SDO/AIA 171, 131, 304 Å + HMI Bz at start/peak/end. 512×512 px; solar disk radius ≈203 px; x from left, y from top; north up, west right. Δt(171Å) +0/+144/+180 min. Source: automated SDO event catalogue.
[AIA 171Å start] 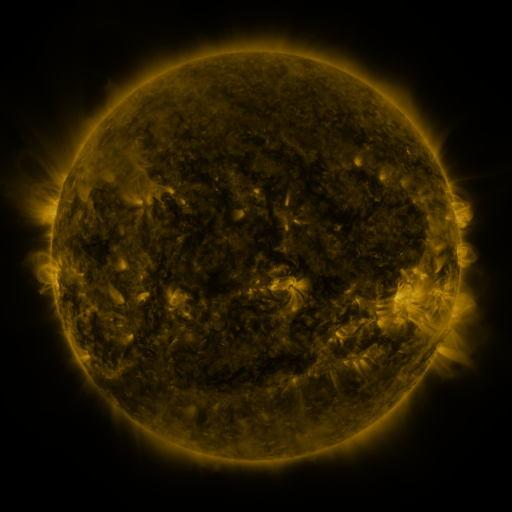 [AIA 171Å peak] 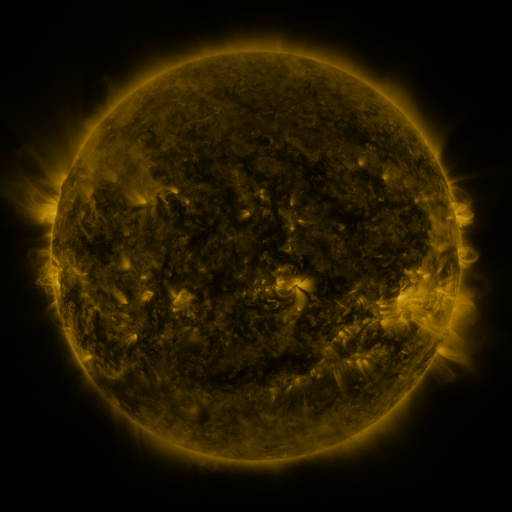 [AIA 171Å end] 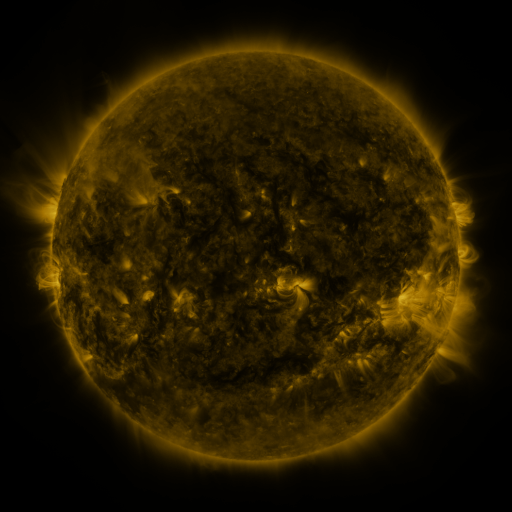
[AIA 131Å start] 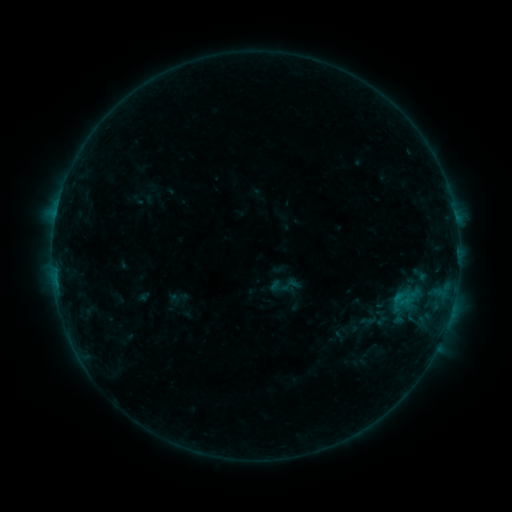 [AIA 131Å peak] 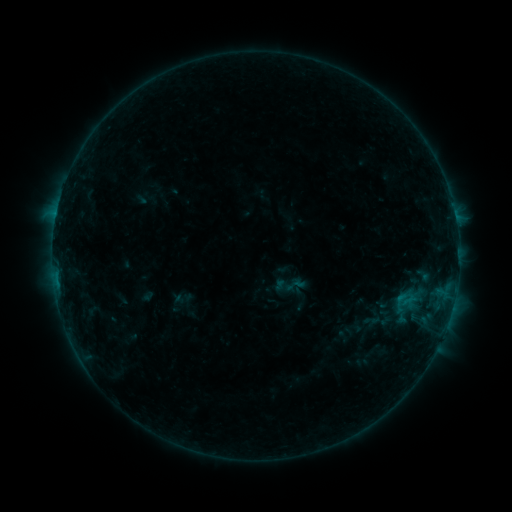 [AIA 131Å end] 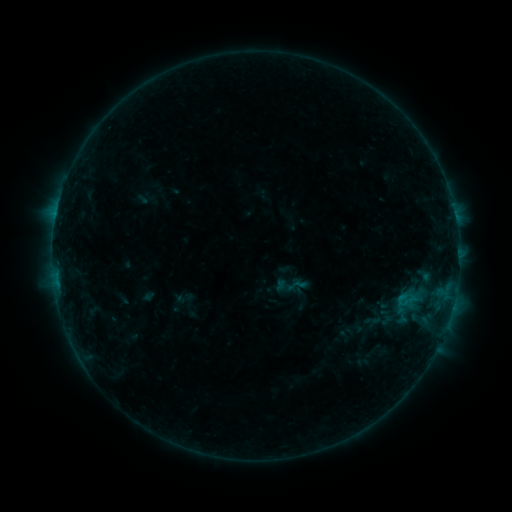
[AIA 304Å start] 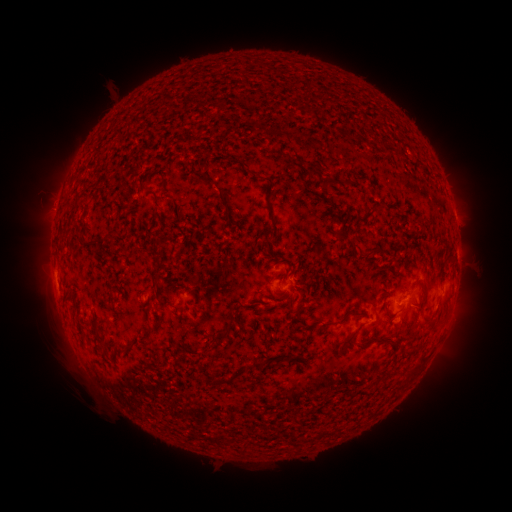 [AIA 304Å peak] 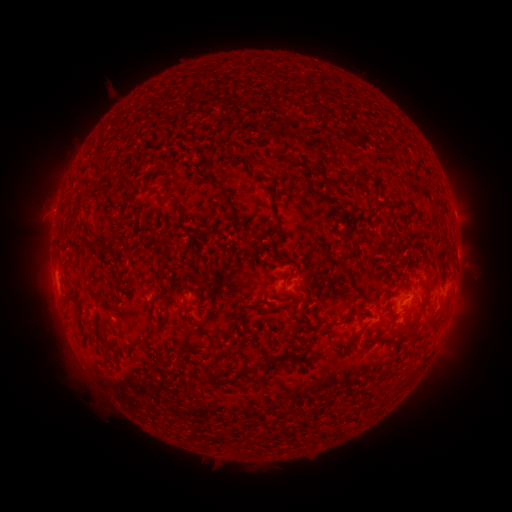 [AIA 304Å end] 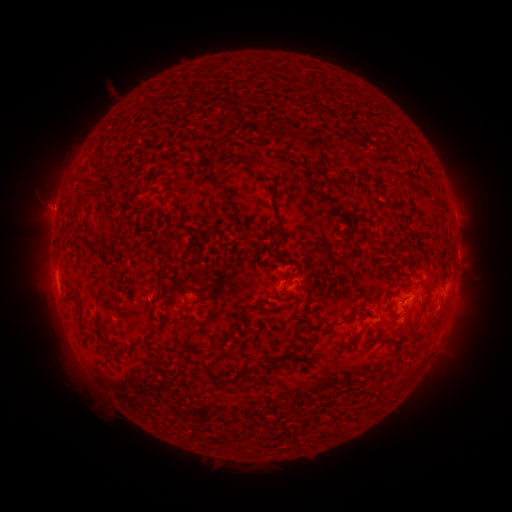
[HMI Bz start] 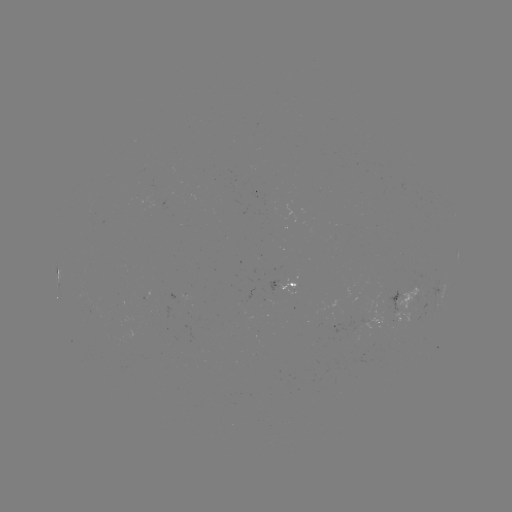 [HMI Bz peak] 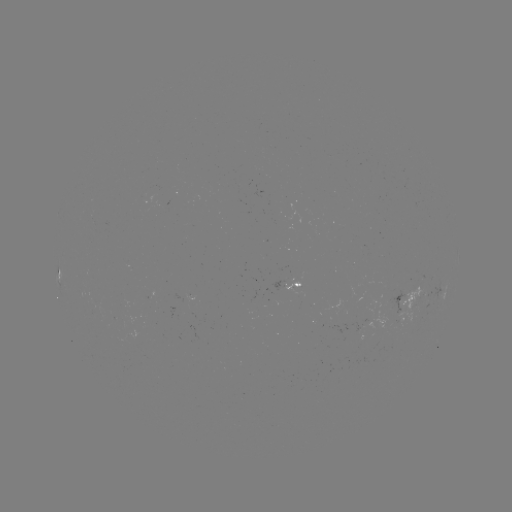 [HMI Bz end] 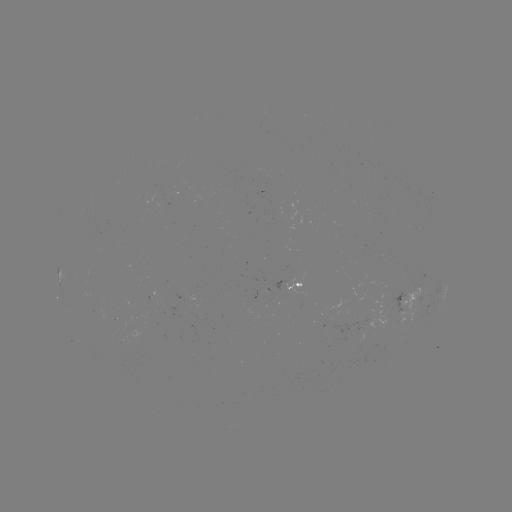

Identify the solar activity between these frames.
emerging-flux region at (390, 303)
